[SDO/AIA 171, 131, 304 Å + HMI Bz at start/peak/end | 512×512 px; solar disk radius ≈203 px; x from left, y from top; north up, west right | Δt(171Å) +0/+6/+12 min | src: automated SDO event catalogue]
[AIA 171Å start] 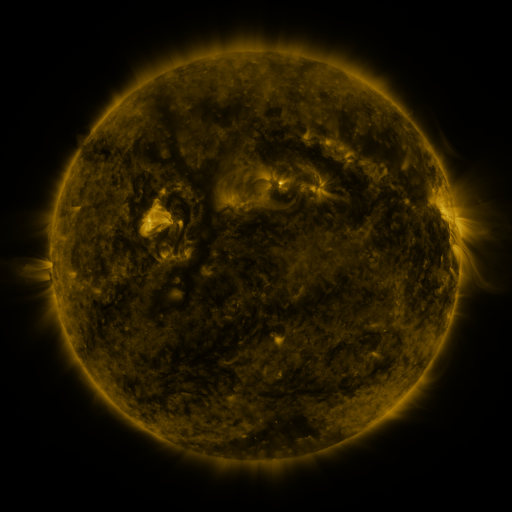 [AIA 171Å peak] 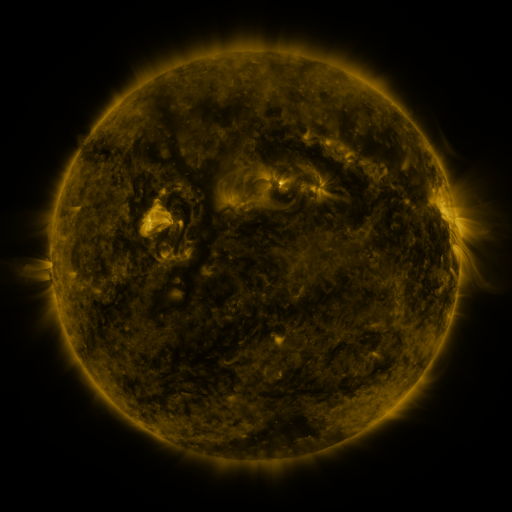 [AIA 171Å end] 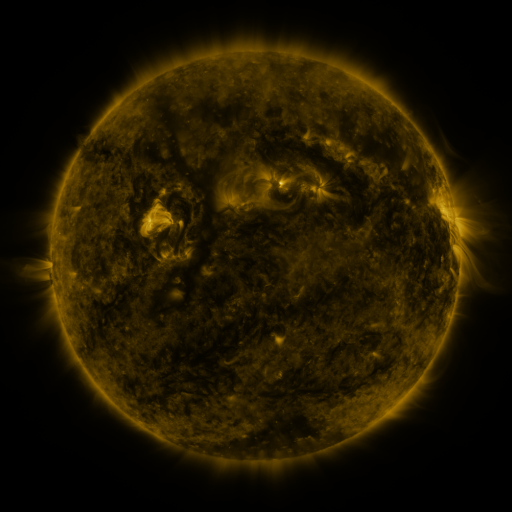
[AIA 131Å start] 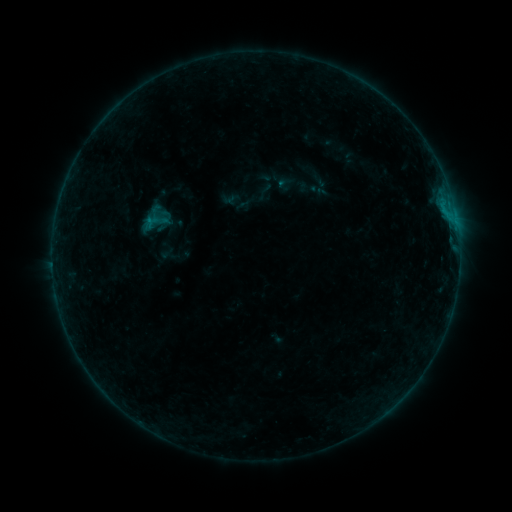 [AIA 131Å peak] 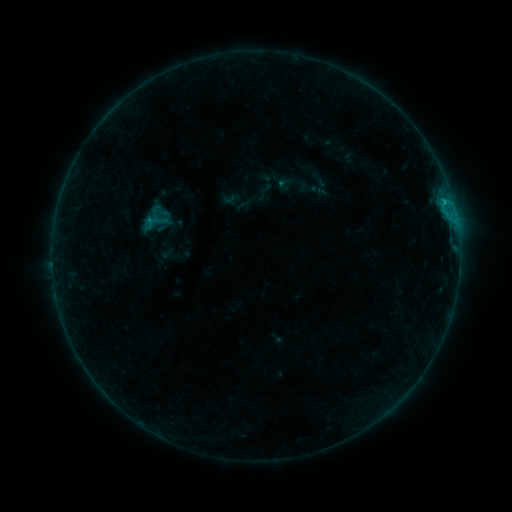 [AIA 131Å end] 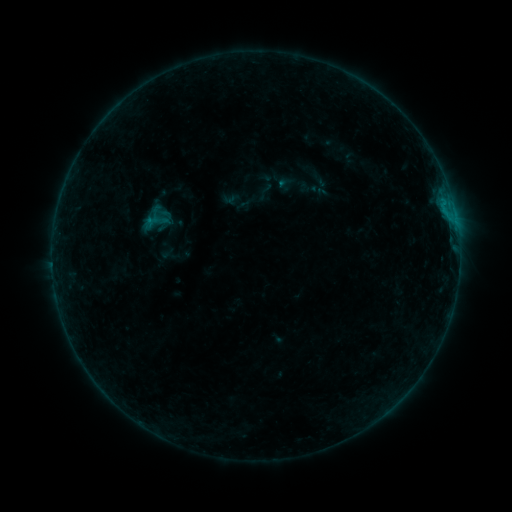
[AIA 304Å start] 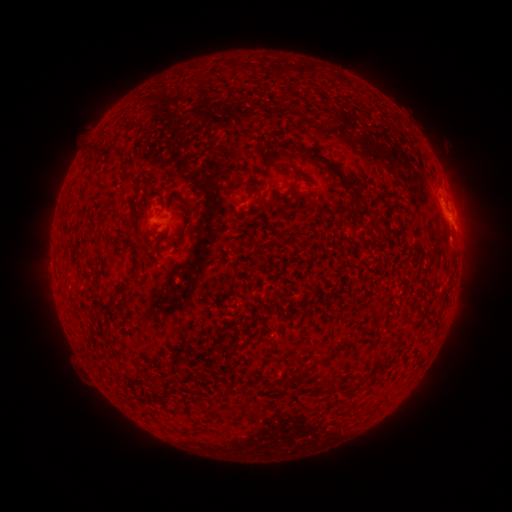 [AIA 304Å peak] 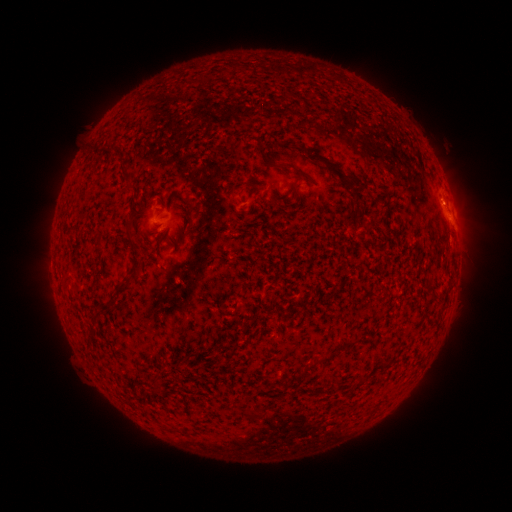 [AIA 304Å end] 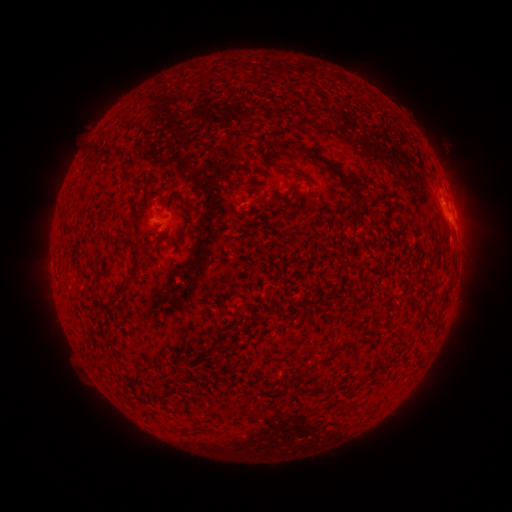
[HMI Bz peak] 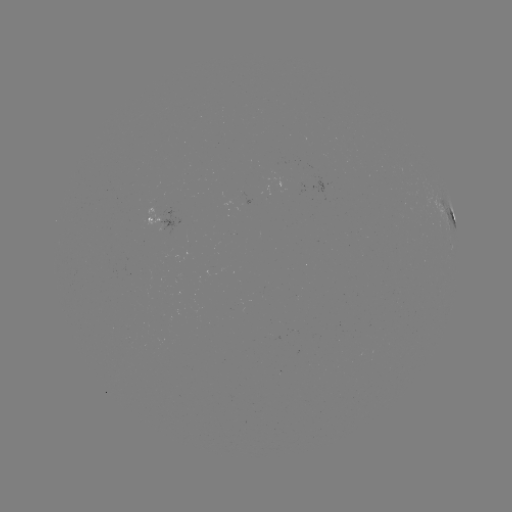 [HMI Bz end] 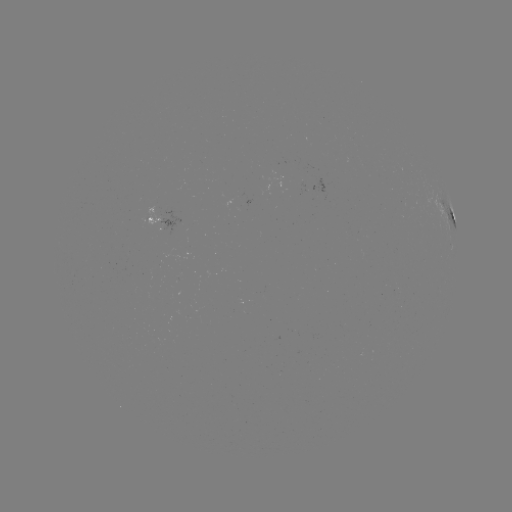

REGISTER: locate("B4.4 flare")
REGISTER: [444, 204]